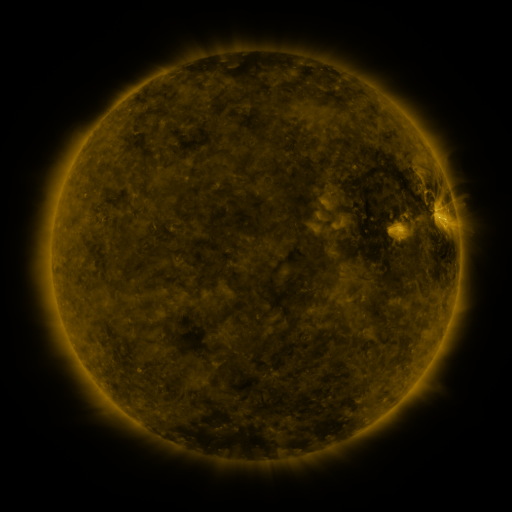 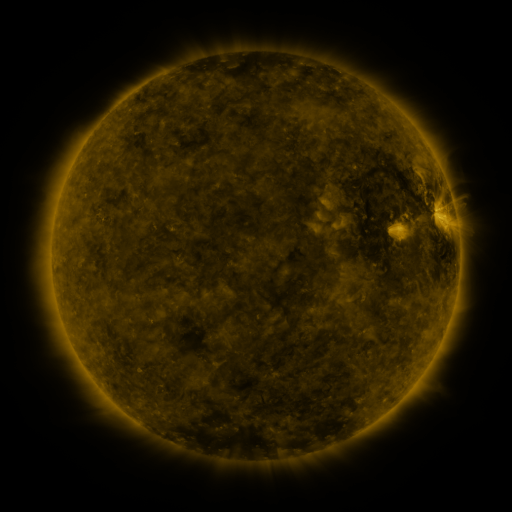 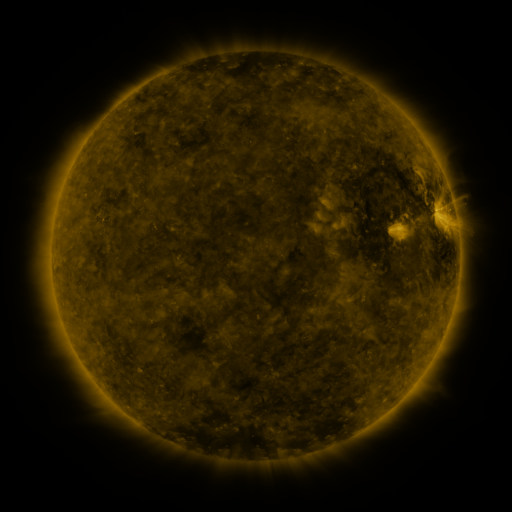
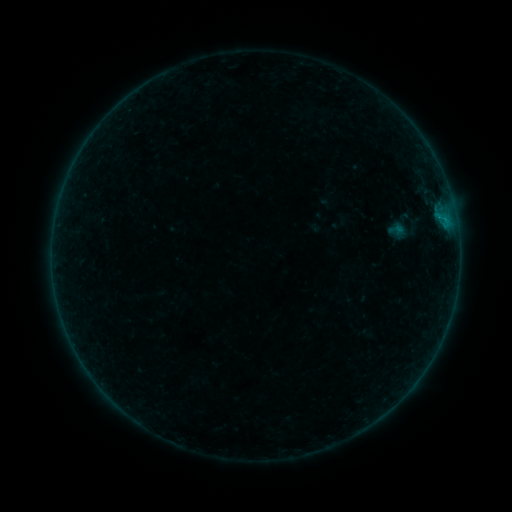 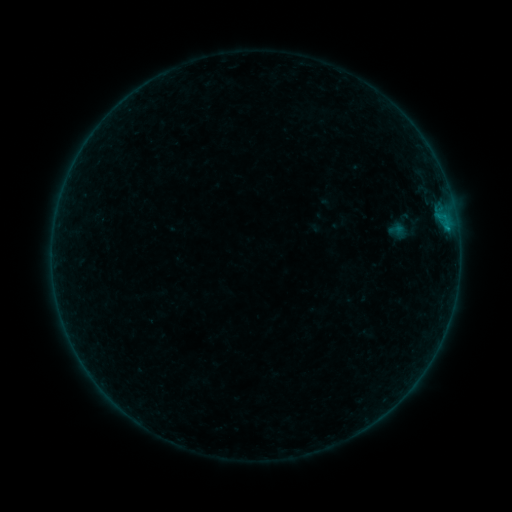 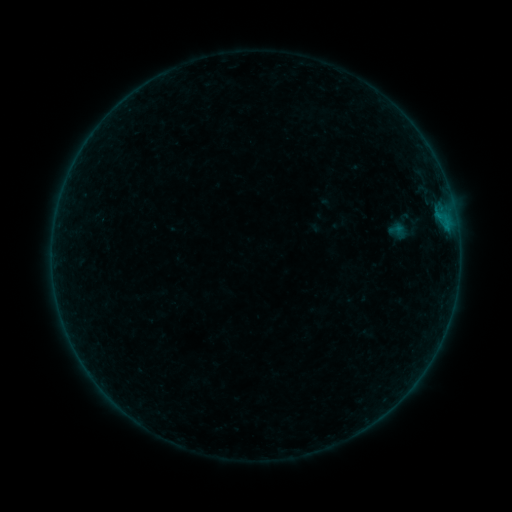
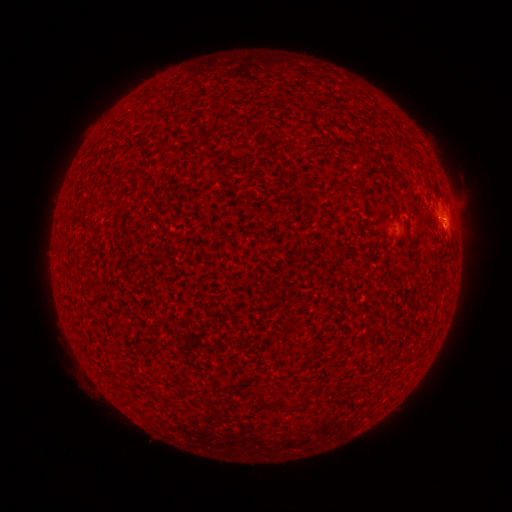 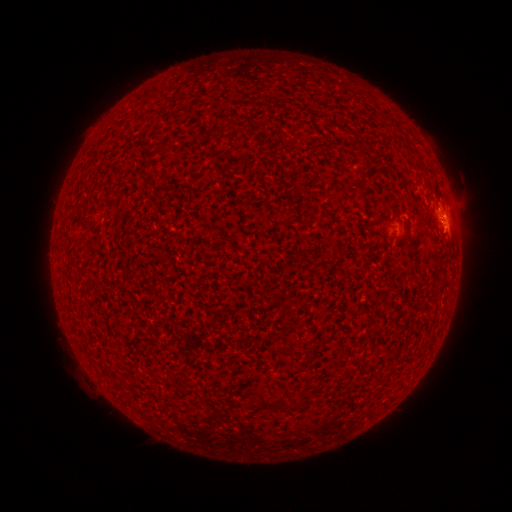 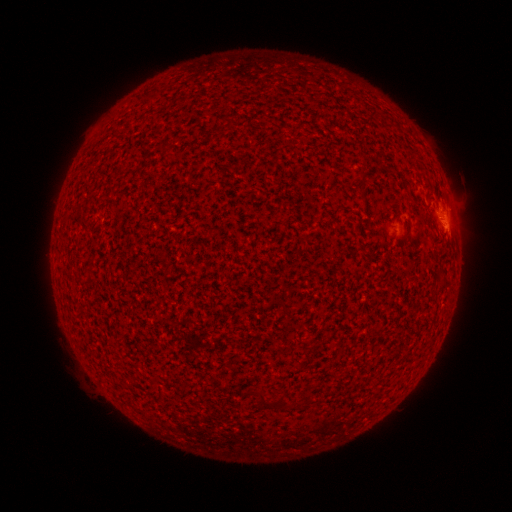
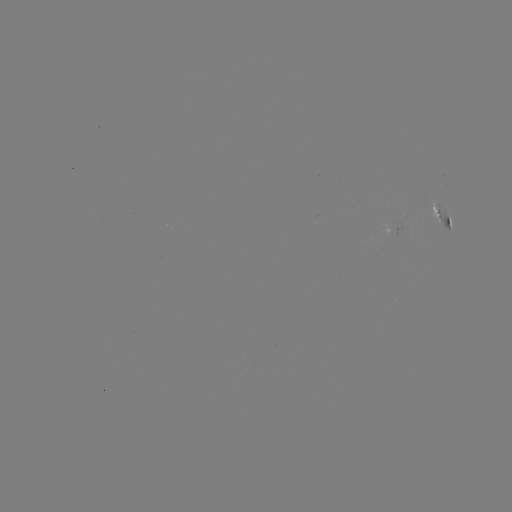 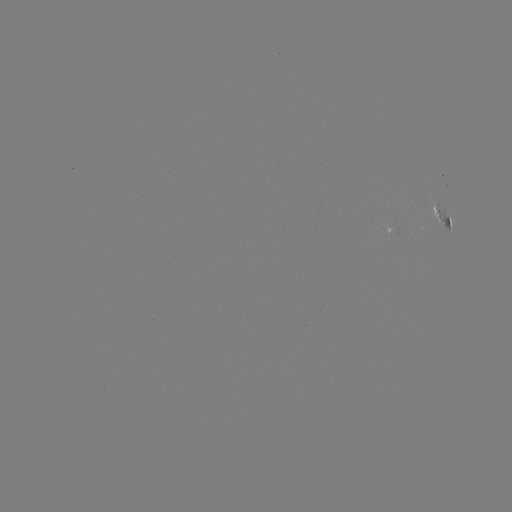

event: flare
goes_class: B2.7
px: (447, 230)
